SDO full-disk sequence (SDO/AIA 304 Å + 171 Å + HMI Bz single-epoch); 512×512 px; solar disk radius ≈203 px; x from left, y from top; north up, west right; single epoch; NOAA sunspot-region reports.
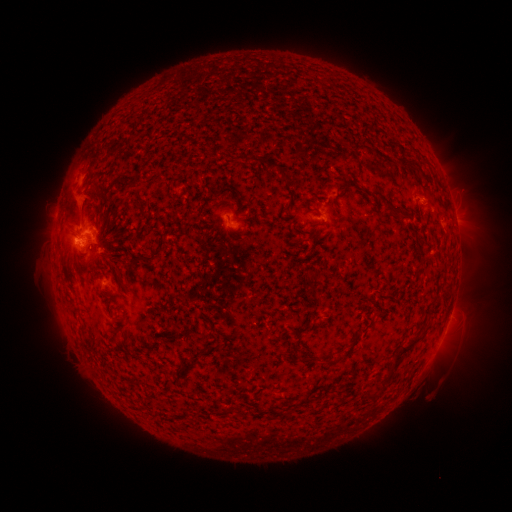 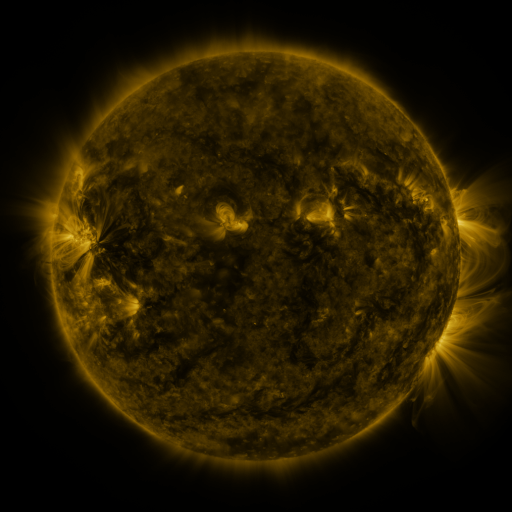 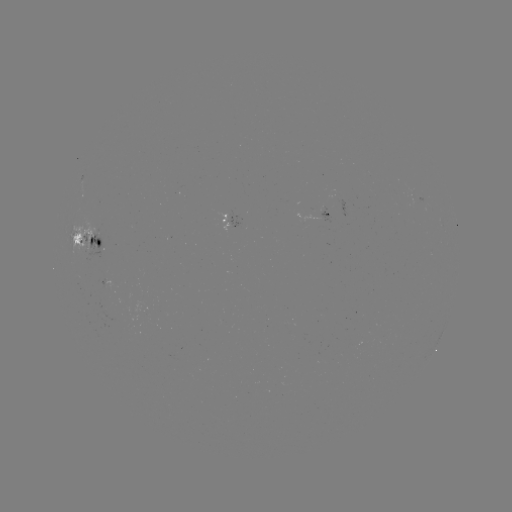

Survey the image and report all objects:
spotted active region: (417, 198)
spotted active region: (313, 214)
spotted active region: (228, 222)
spotted active region: (88, 243)
spotted active region: (109, 281)
